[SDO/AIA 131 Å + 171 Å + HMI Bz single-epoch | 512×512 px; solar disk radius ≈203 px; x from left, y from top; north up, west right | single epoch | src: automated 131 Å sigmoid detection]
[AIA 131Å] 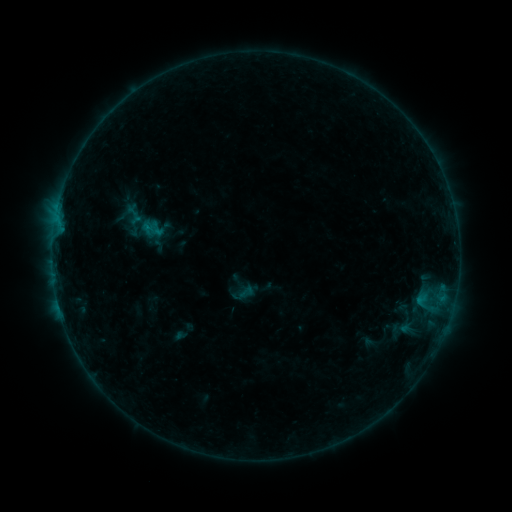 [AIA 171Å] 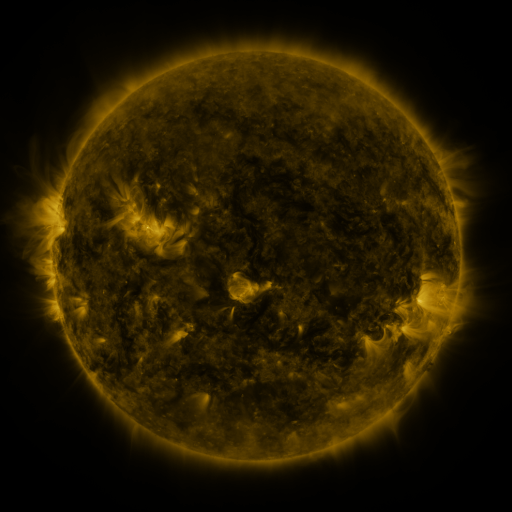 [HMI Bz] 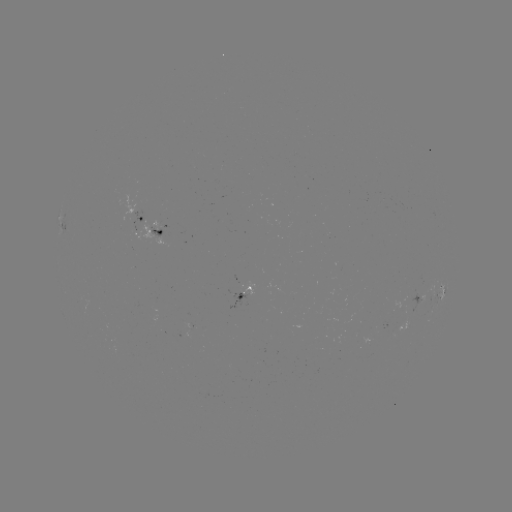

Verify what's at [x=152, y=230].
sigmoid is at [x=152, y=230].